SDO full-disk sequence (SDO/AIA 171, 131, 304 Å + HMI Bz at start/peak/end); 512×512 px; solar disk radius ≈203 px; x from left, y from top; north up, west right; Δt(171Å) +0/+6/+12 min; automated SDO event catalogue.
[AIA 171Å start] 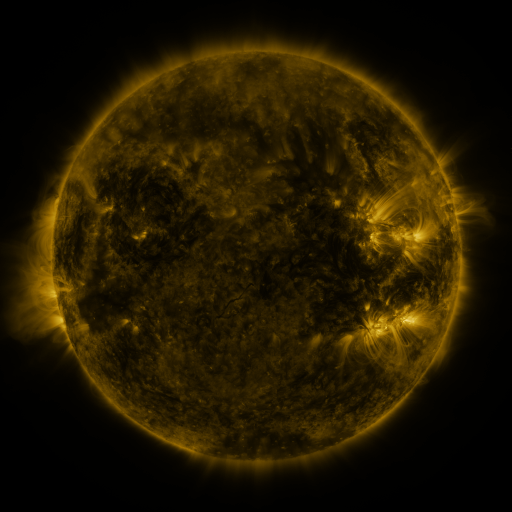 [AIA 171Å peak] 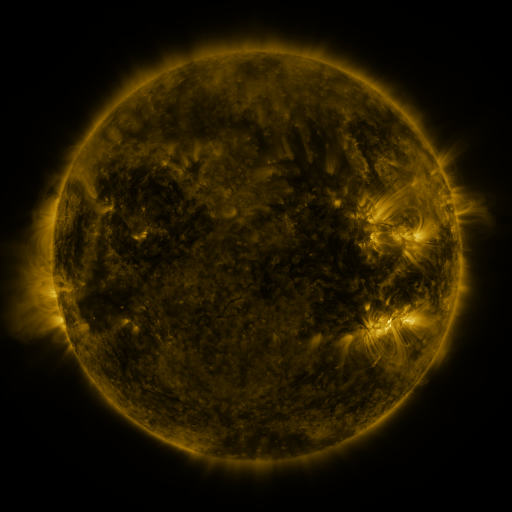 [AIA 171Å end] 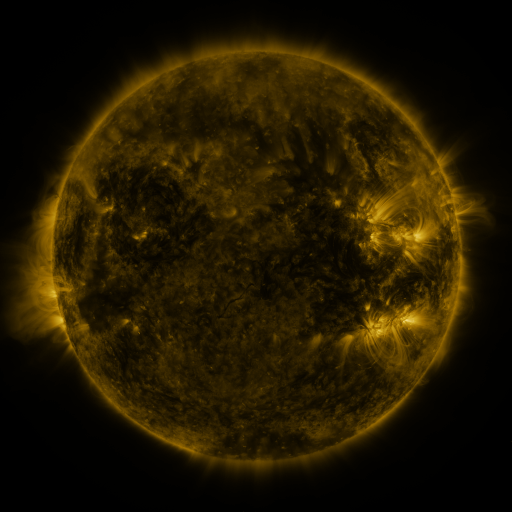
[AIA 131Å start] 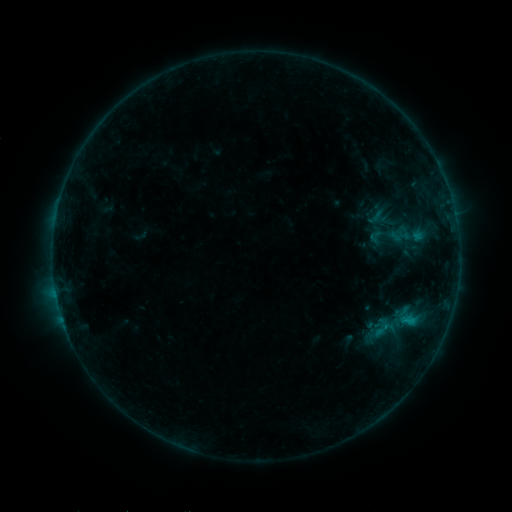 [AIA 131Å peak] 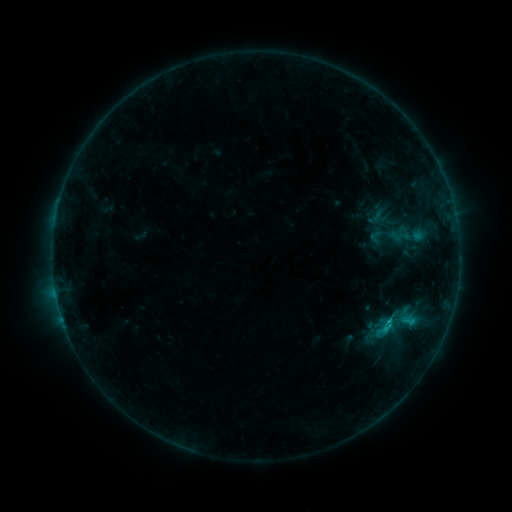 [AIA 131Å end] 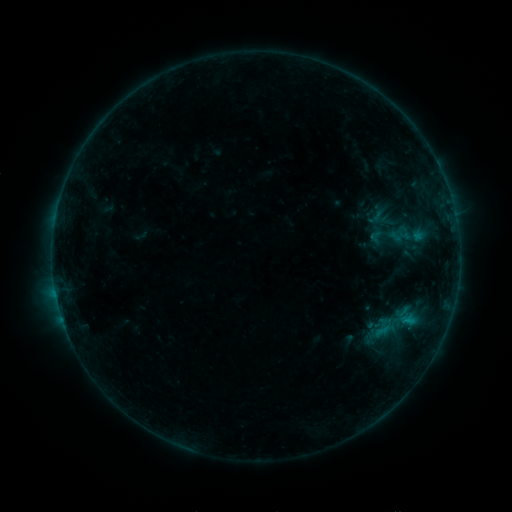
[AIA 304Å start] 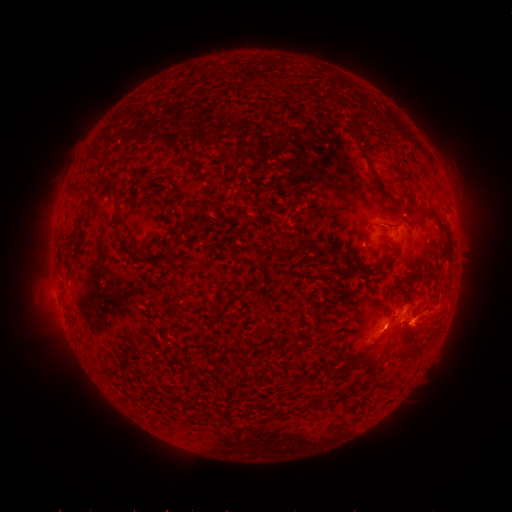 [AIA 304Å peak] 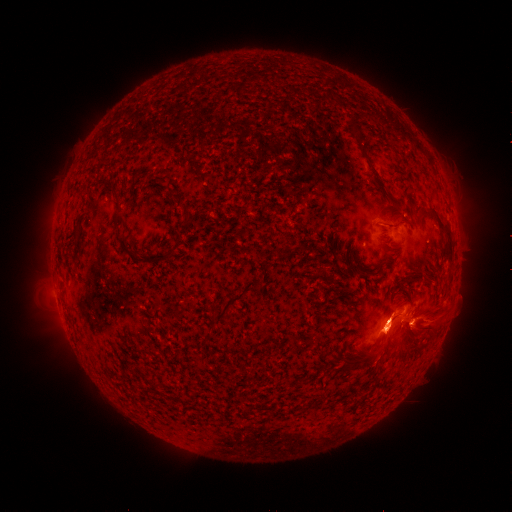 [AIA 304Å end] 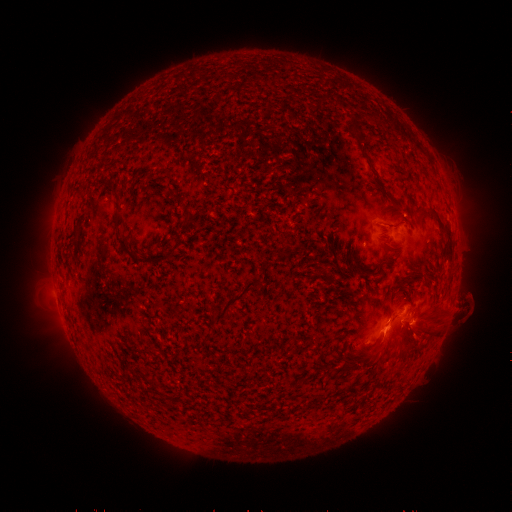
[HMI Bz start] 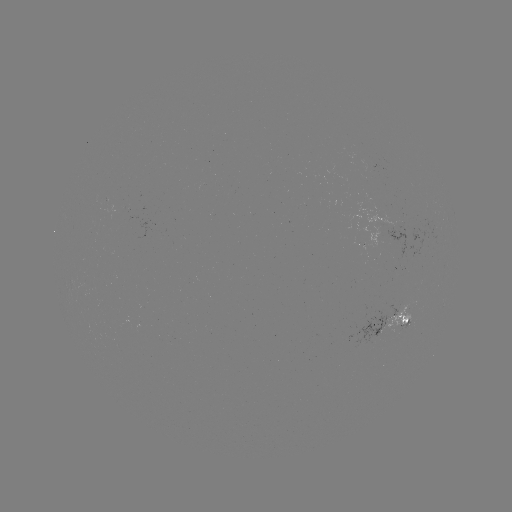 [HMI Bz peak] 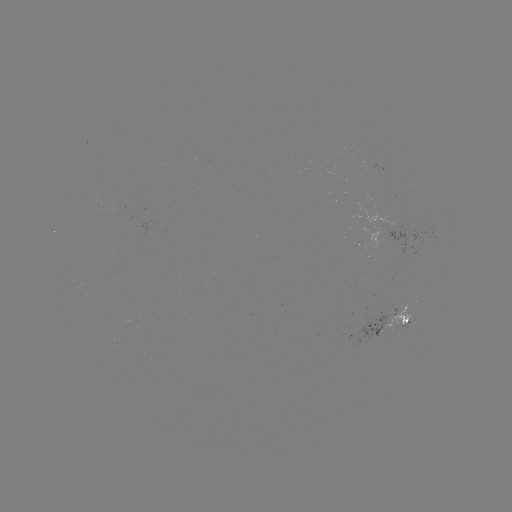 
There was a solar flare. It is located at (383, 328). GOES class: B5.2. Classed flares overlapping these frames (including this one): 1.